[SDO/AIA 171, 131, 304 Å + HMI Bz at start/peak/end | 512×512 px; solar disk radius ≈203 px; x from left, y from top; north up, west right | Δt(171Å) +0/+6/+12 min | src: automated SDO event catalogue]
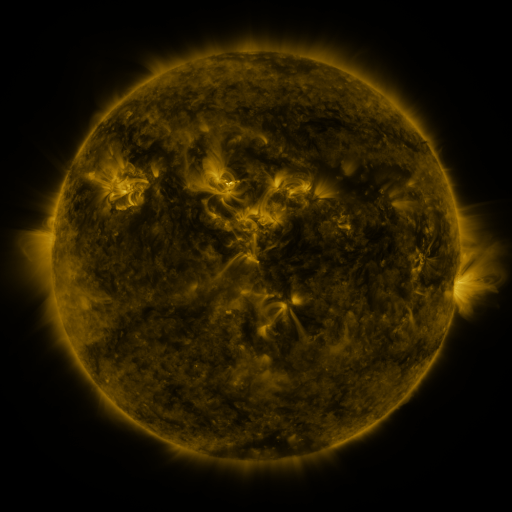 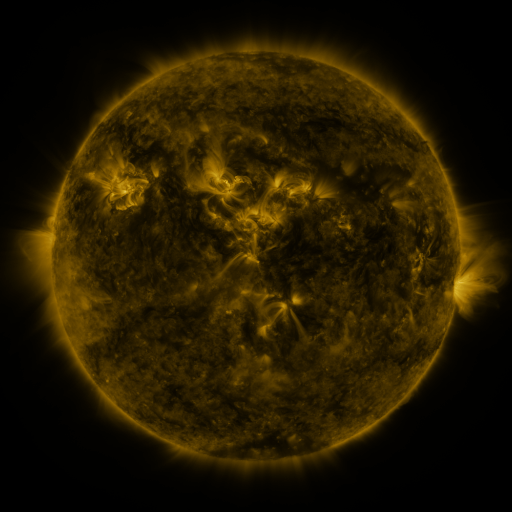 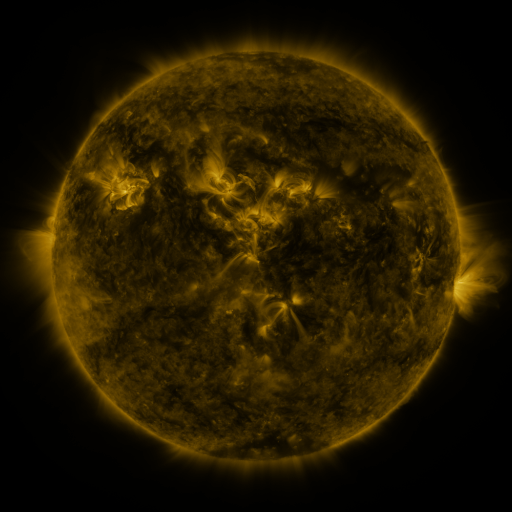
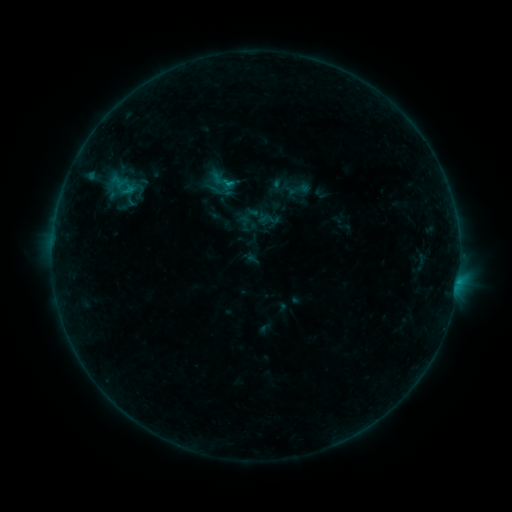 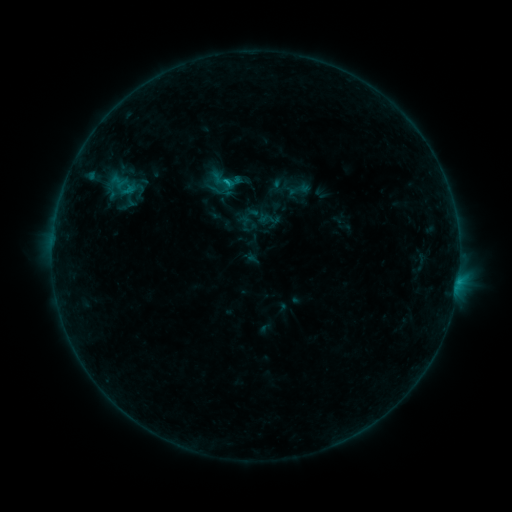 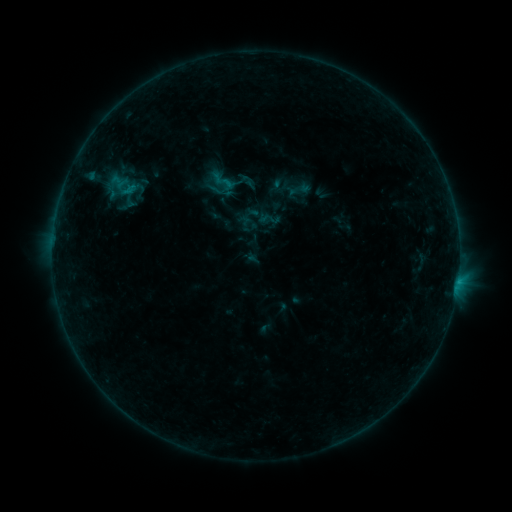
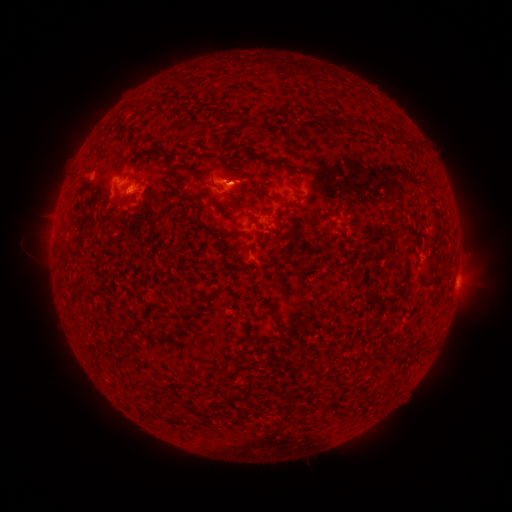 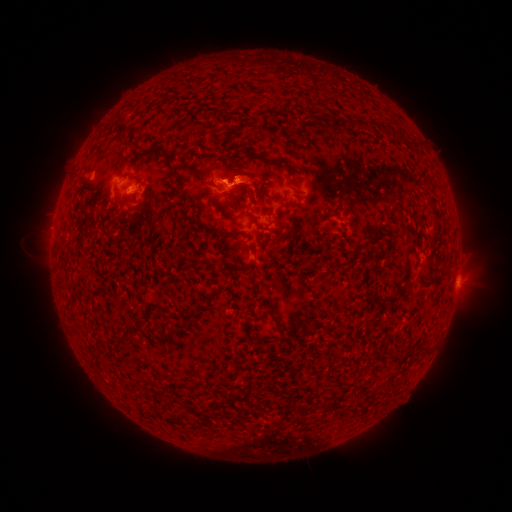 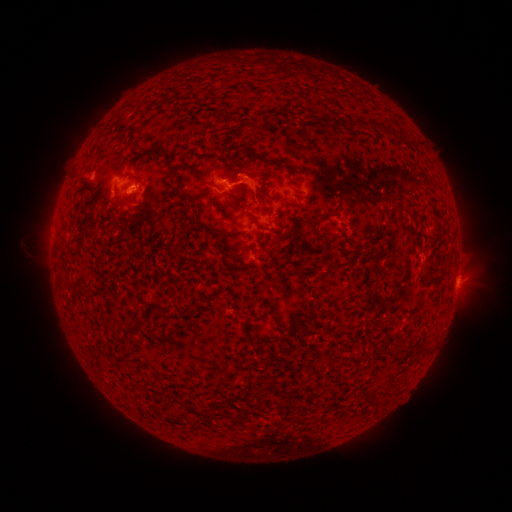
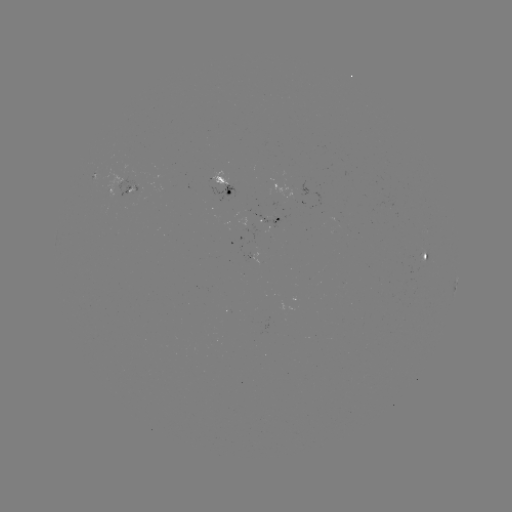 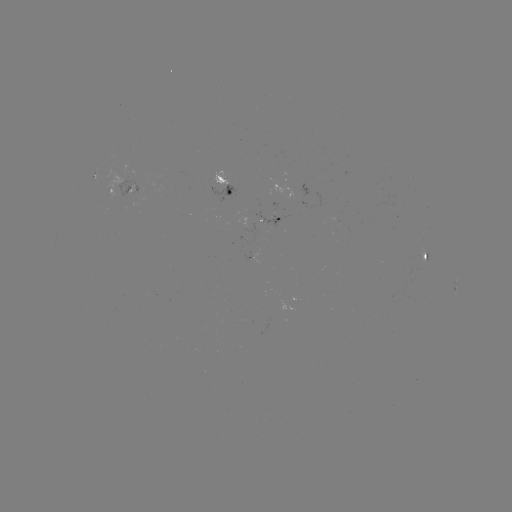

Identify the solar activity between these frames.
B5.2 flare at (228, 182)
